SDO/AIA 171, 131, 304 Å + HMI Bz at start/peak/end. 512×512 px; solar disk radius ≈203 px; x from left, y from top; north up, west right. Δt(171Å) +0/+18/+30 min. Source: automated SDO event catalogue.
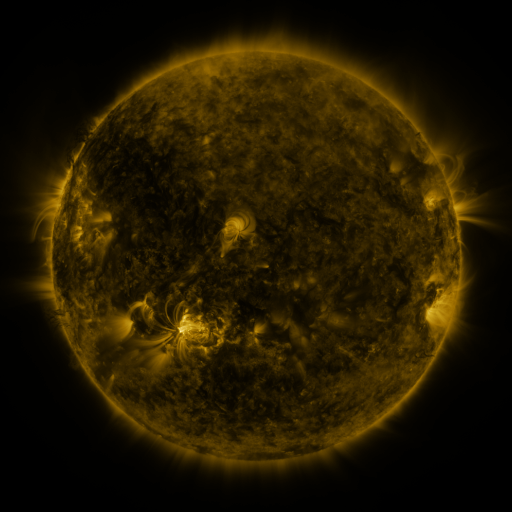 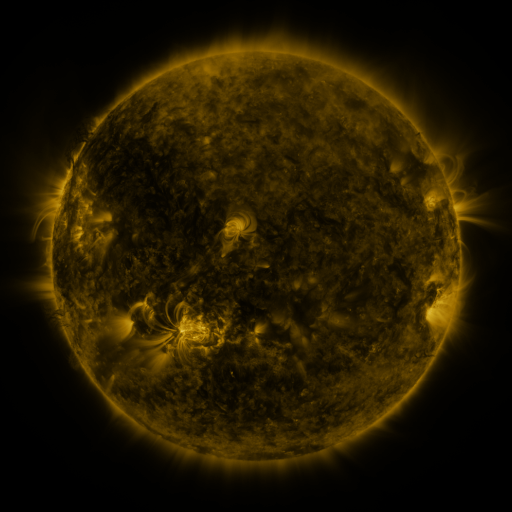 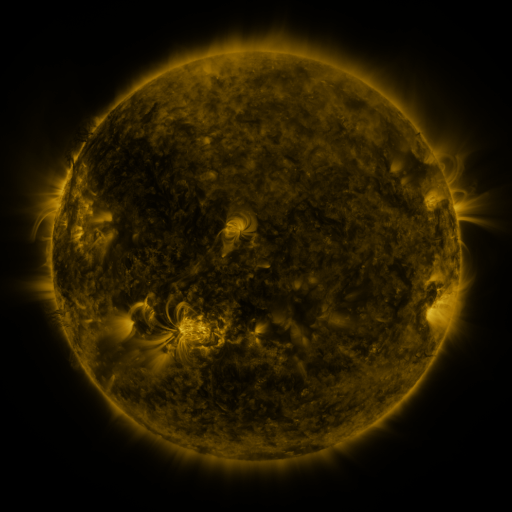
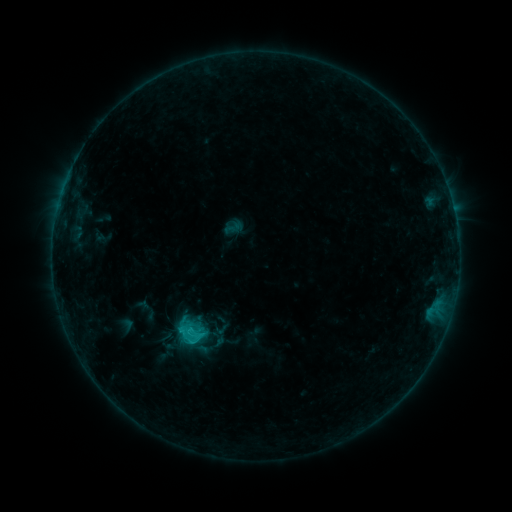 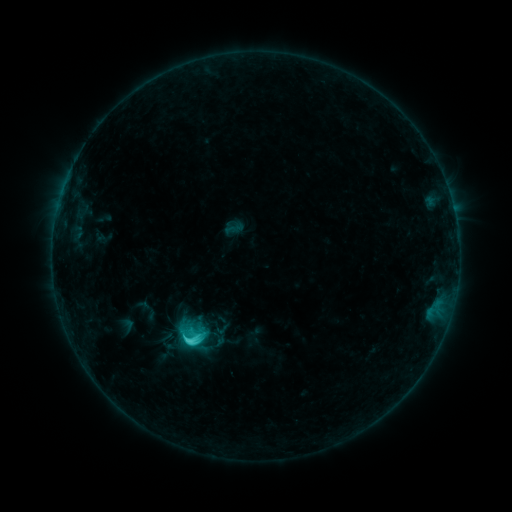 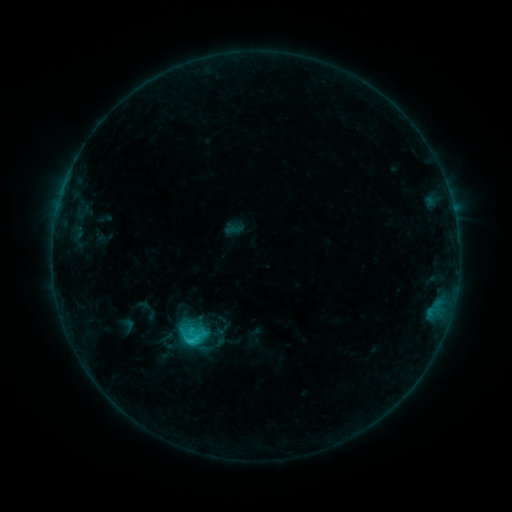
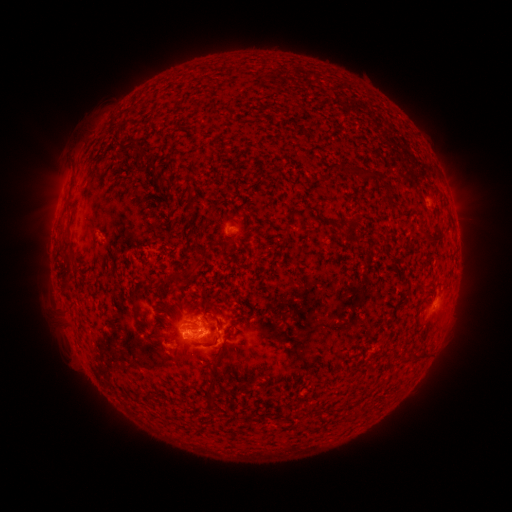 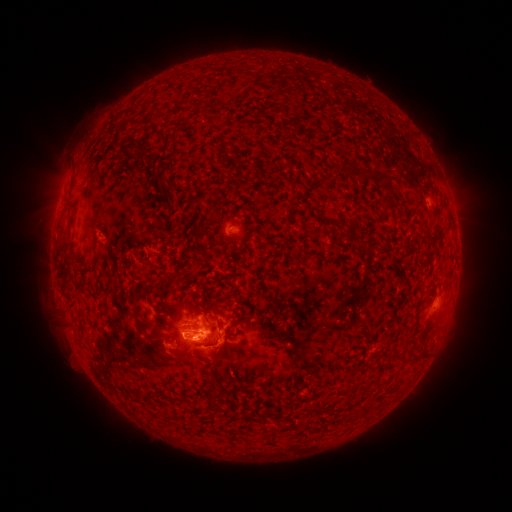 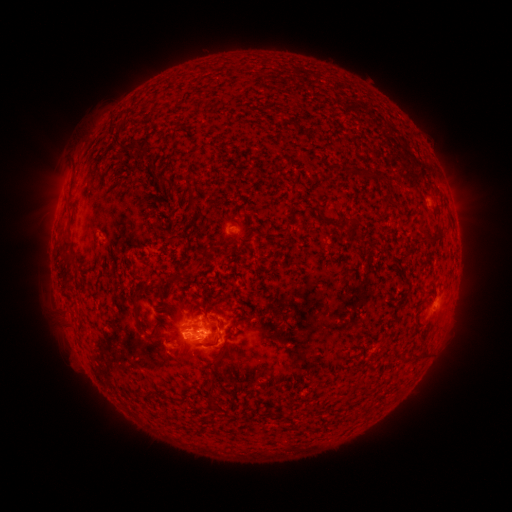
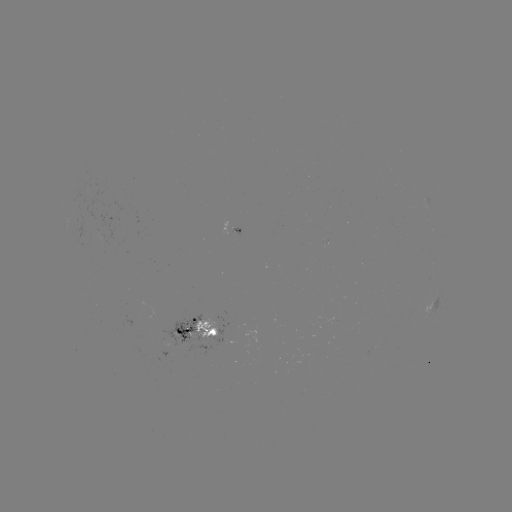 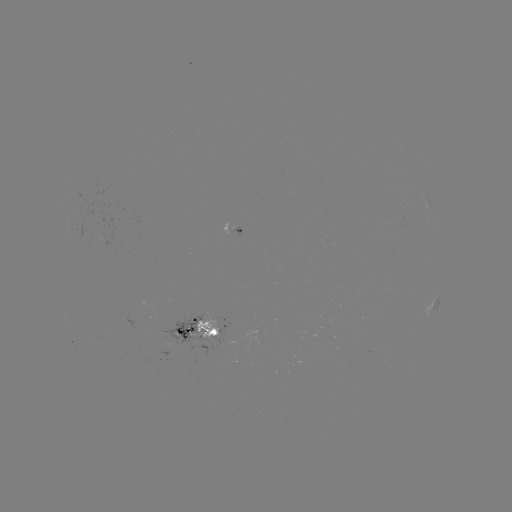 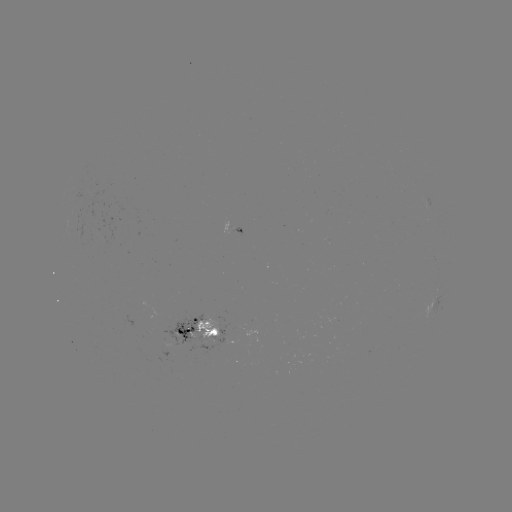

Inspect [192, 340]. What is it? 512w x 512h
C3.4 flare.